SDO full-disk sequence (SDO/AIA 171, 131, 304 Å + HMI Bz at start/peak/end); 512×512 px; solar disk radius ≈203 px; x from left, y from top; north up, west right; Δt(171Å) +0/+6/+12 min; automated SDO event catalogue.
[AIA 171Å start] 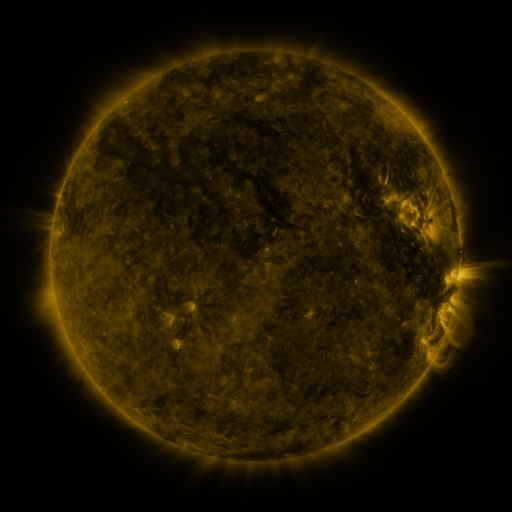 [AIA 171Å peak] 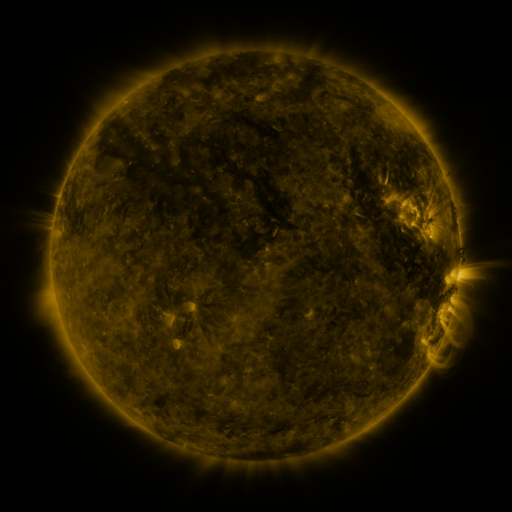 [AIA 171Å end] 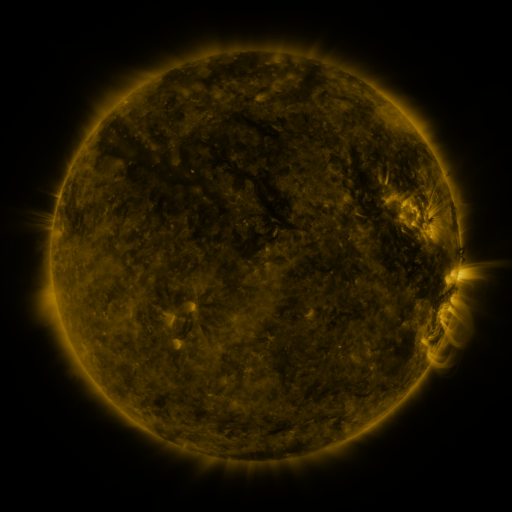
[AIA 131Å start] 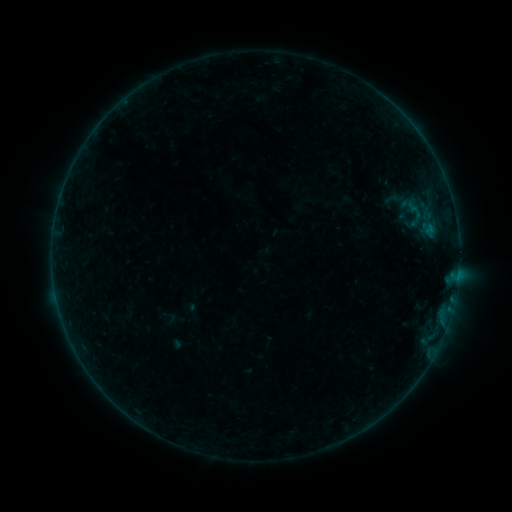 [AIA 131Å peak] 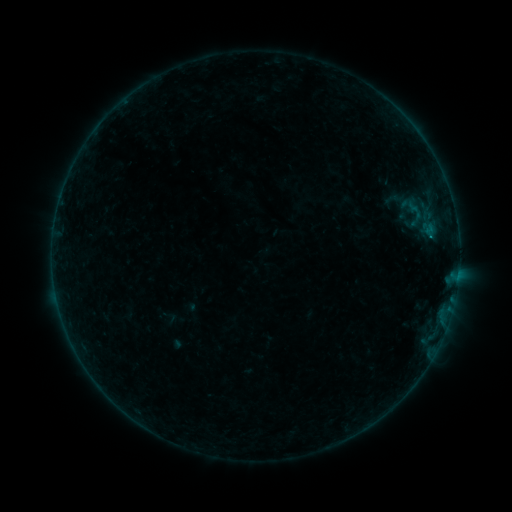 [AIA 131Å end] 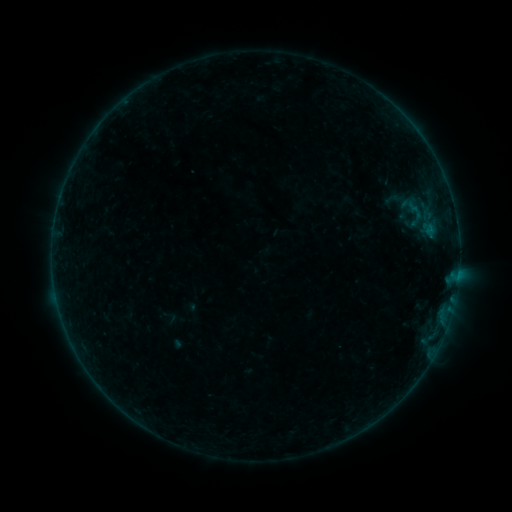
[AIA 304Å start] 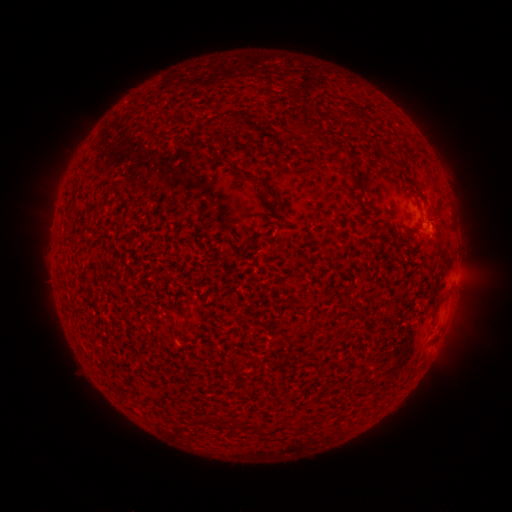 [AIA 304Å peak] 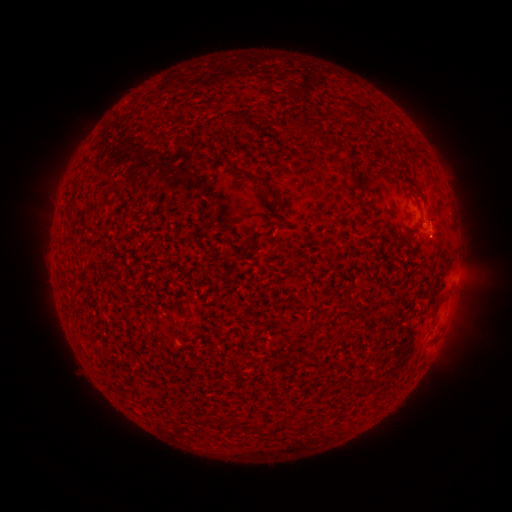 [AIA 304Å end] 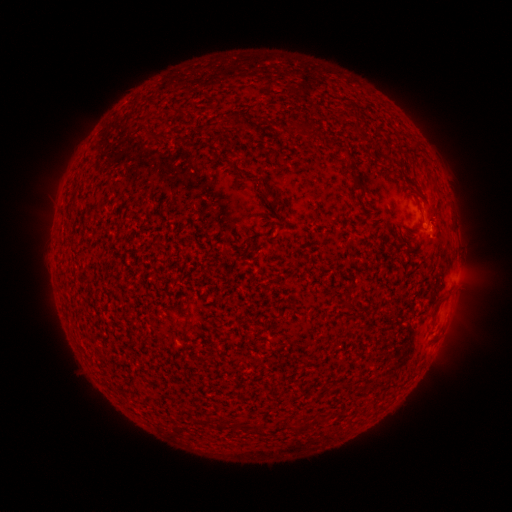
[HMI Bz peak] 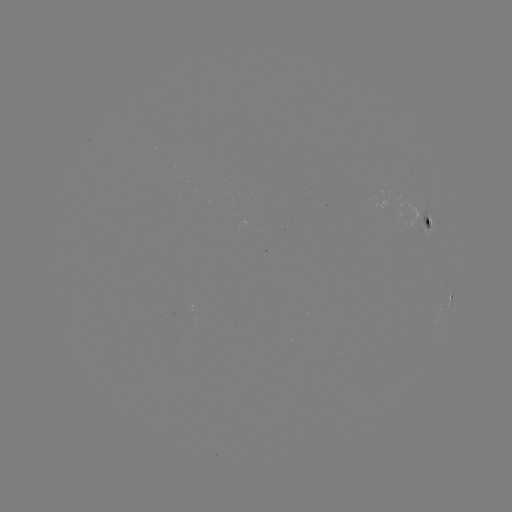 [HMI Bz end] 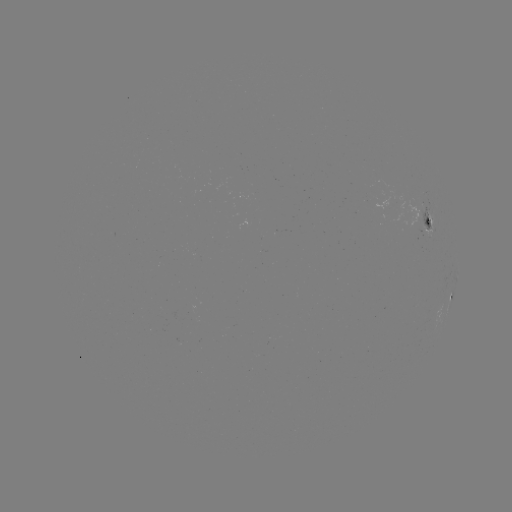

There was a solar flare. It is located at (430, 239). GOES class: B1.5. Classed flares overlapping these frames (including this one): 1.